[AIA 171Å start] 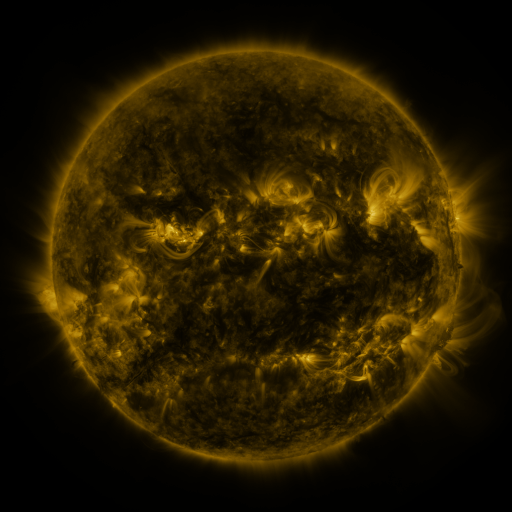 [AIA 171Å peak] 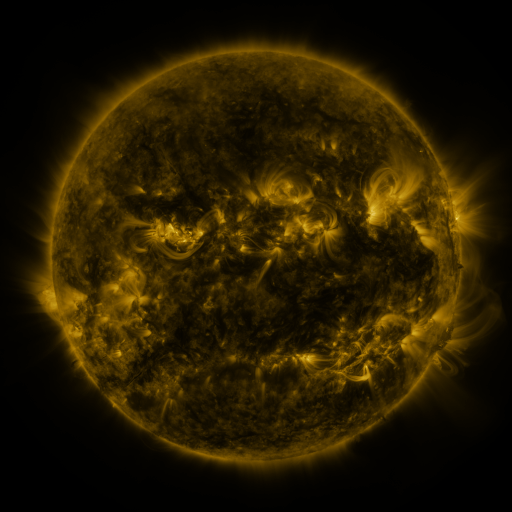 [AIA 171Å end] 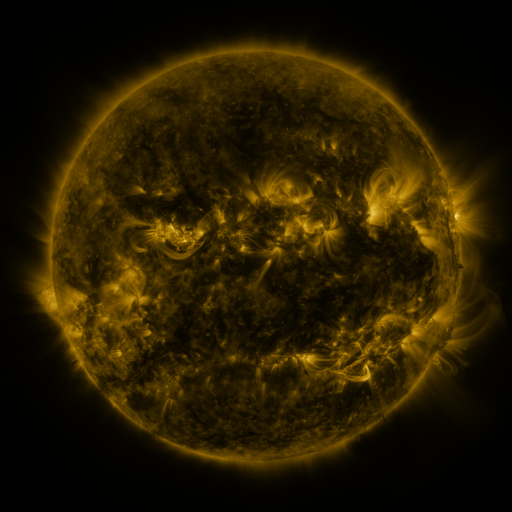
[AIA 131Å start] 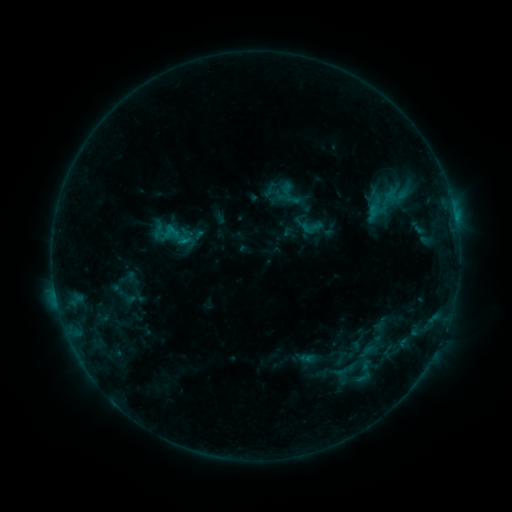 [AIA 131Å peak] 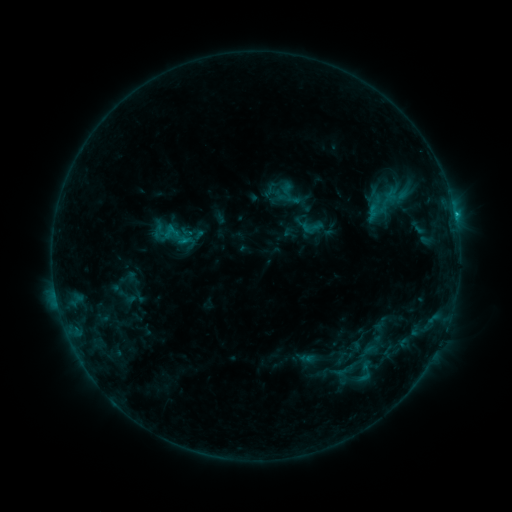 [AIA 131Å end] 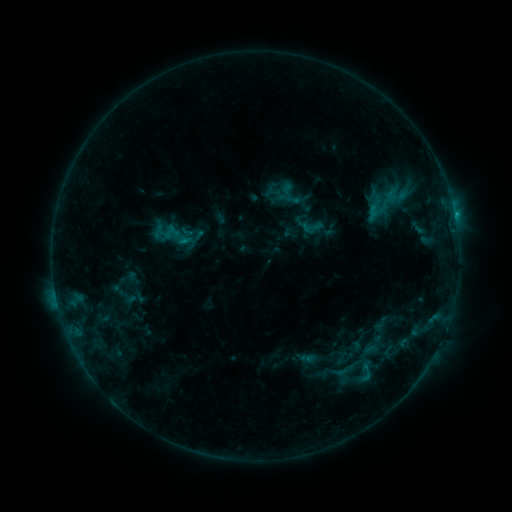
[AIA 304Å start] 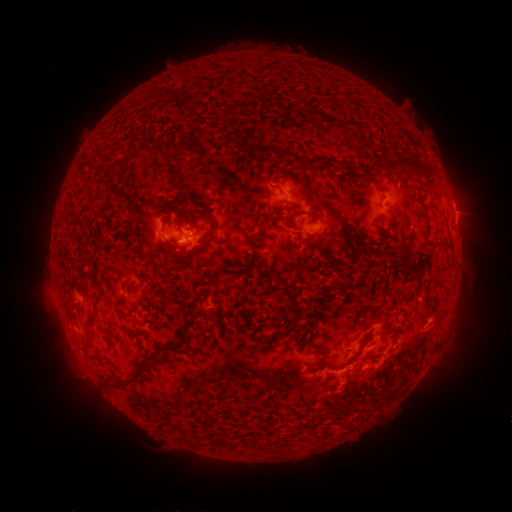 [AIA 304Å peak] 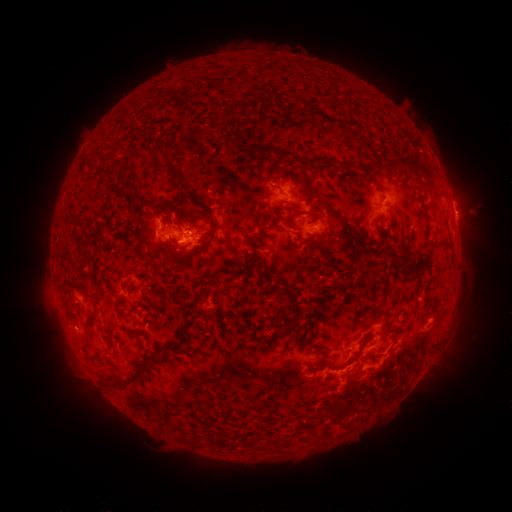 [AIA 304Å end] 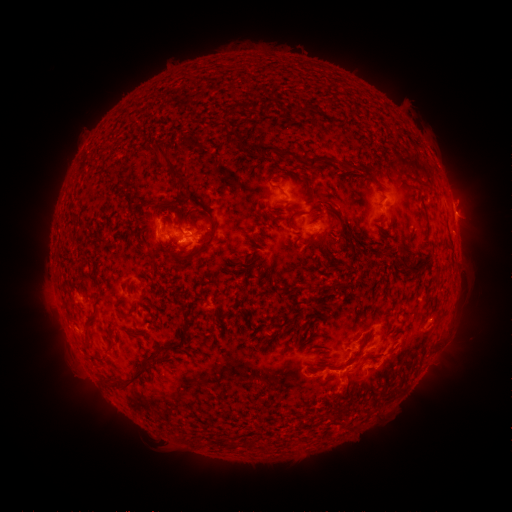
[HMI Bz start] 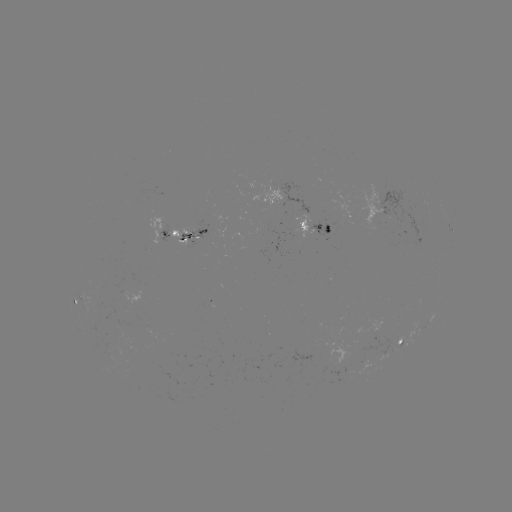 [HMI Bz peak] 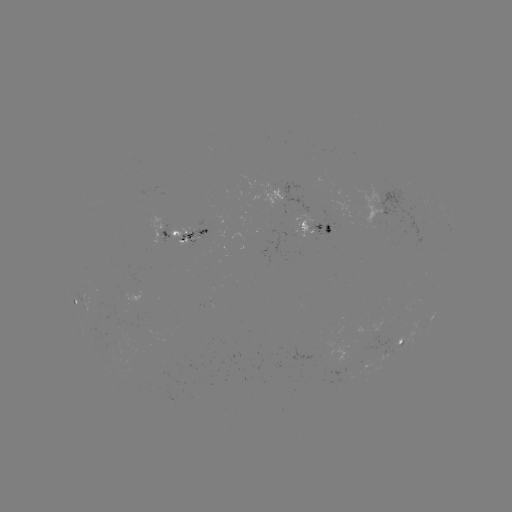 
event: eruption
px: (479, 209)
